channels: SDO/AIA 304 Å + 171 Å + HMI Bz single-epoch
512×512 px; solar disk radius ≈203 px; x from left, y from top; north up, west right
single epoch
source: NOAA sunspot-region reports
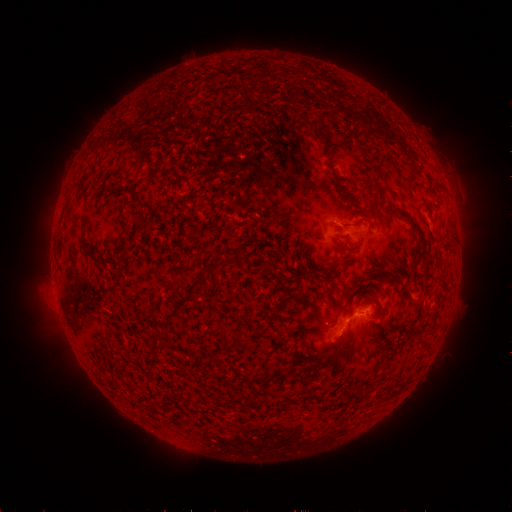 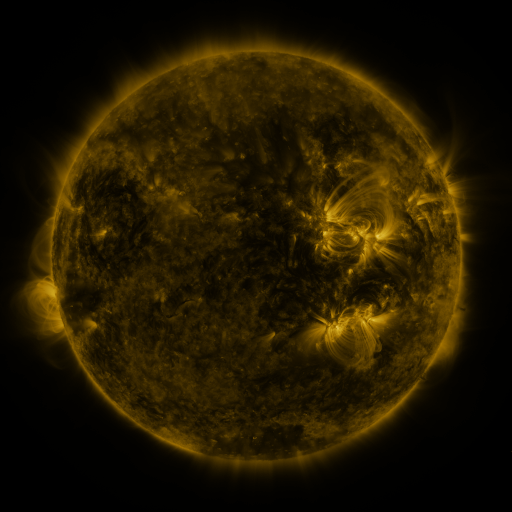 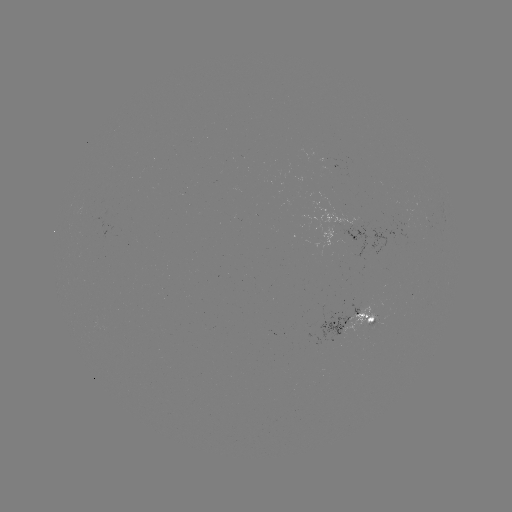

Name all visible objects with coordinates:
spotted active region: (357, 233)
spotted active region: (359, 321)
